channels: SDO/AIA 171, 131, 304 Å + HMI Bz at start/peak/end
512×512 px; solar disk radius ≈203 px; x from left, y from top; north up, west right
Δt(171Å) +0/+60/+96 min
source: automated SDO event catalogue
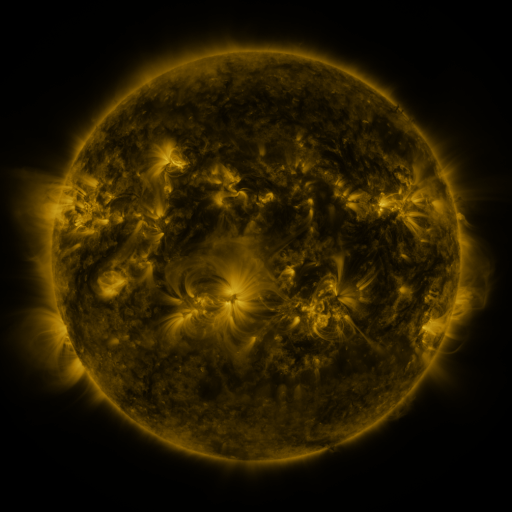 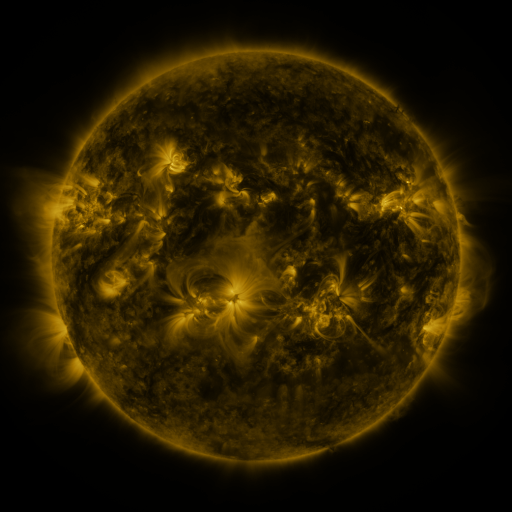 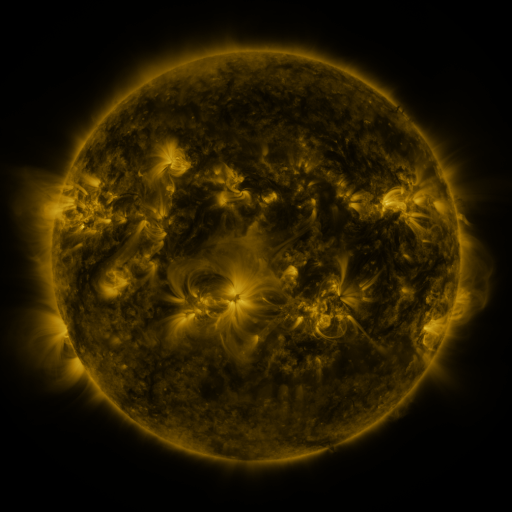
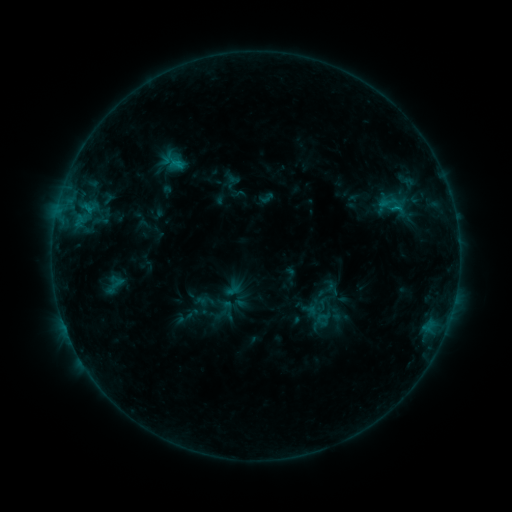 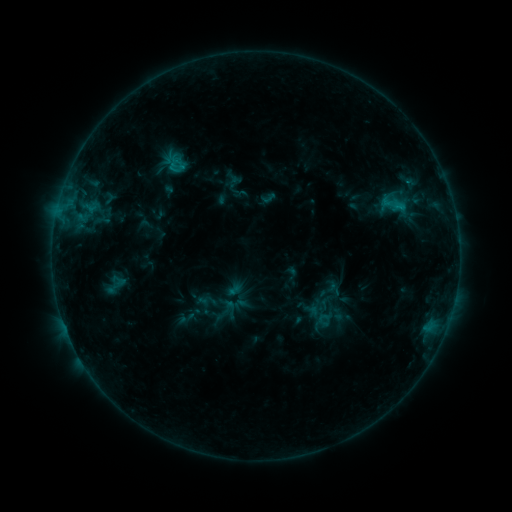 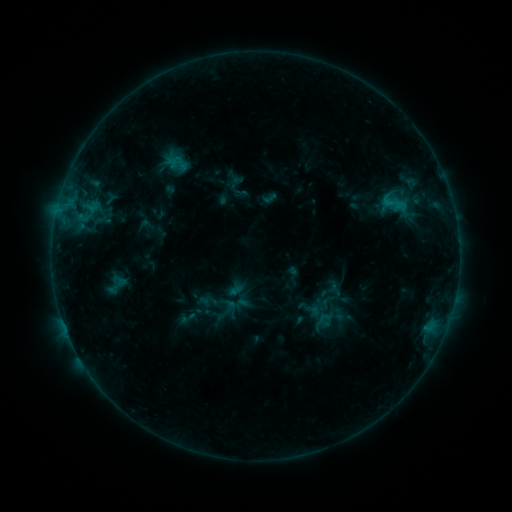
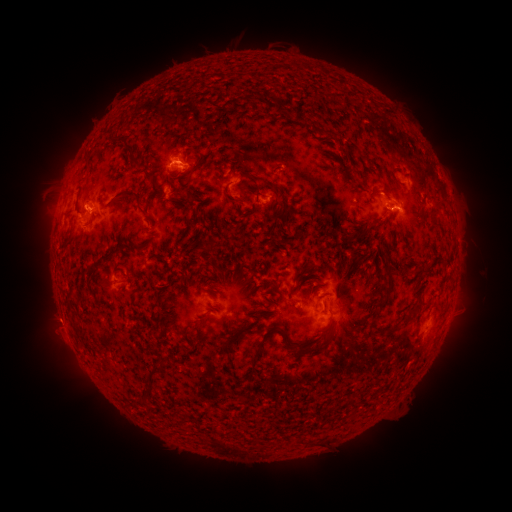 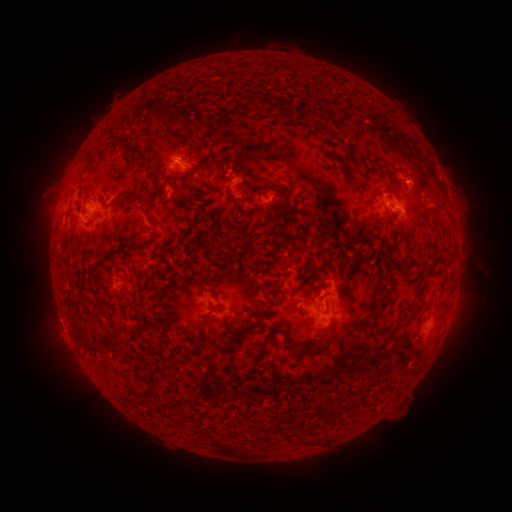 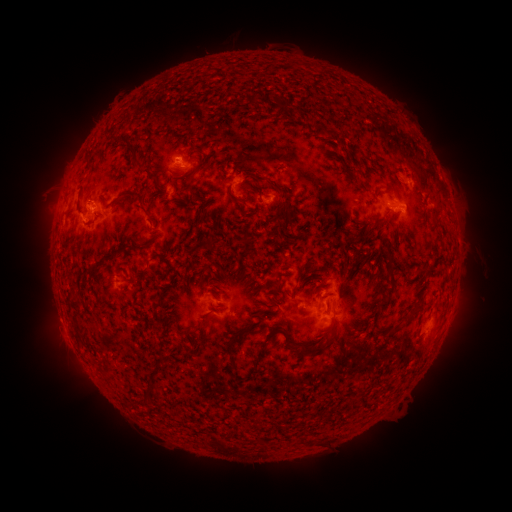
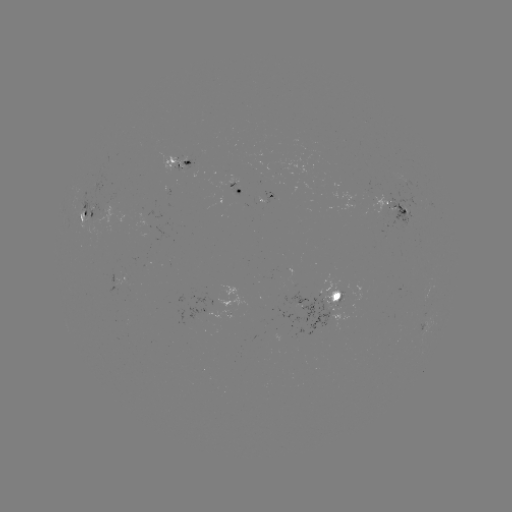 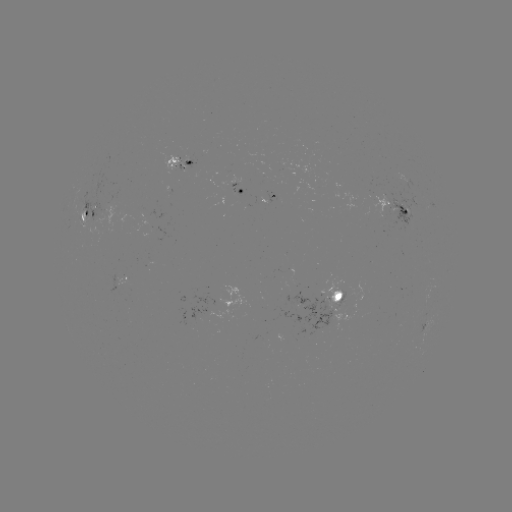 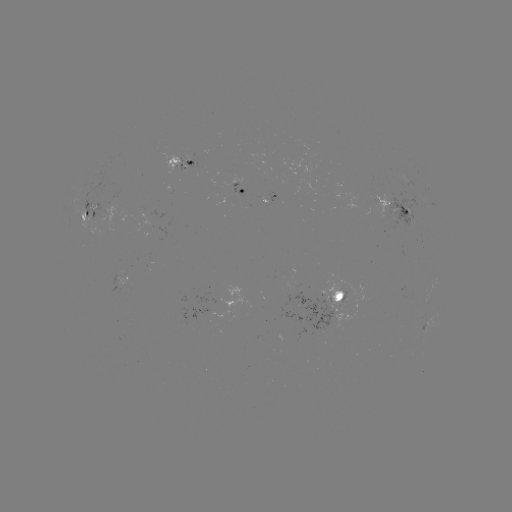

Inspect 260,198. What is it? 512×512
emerging-flux region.